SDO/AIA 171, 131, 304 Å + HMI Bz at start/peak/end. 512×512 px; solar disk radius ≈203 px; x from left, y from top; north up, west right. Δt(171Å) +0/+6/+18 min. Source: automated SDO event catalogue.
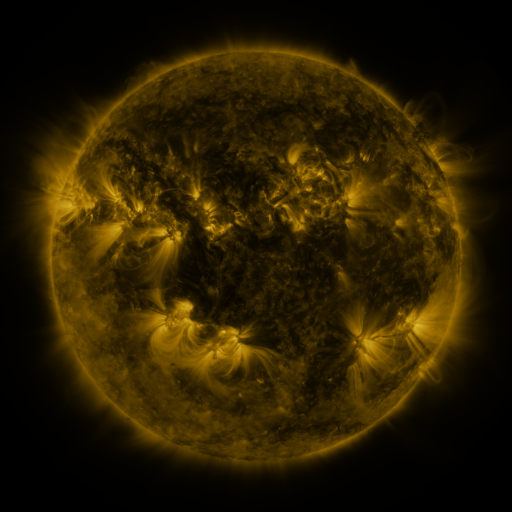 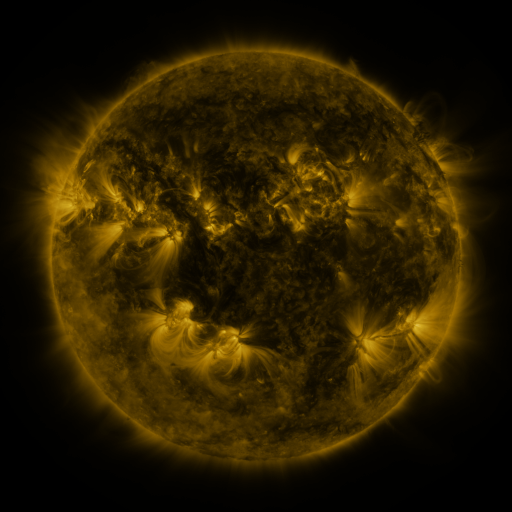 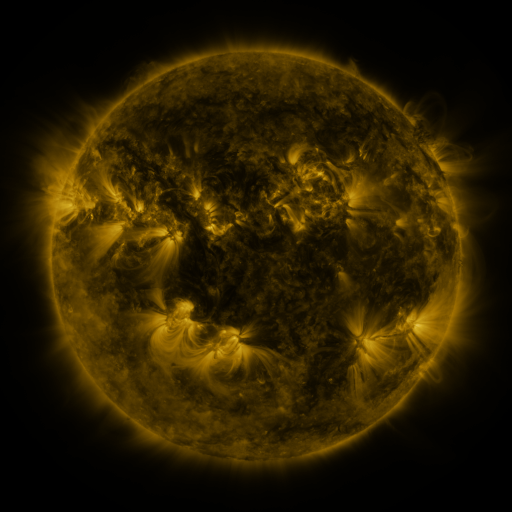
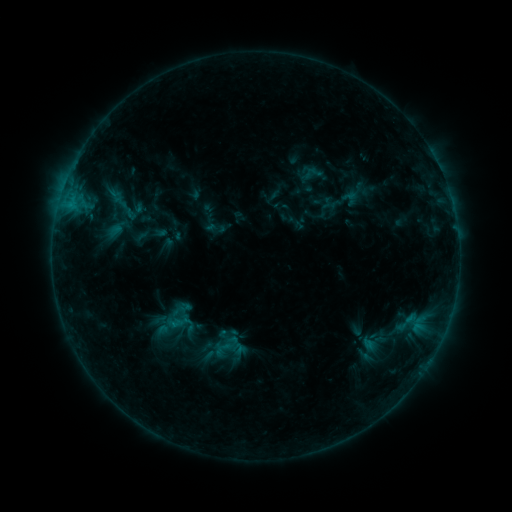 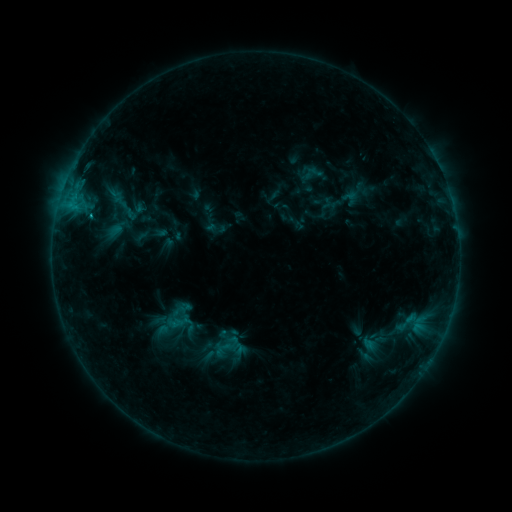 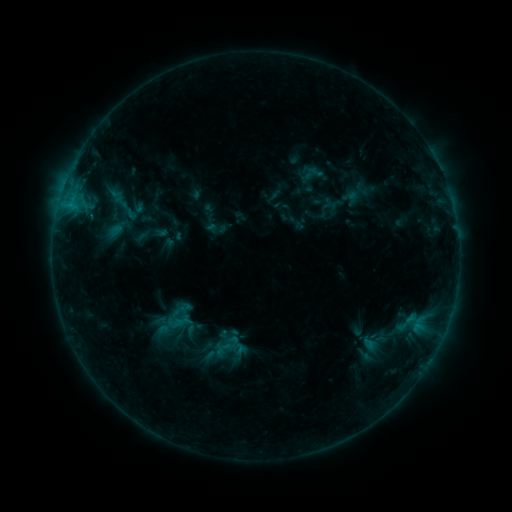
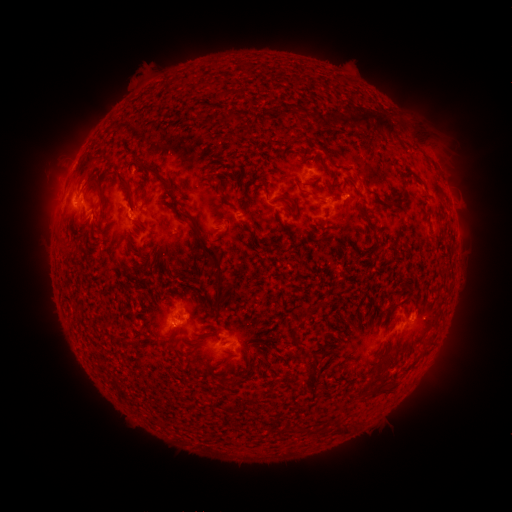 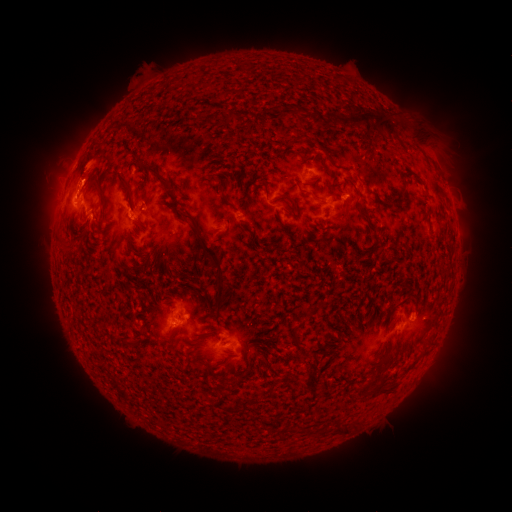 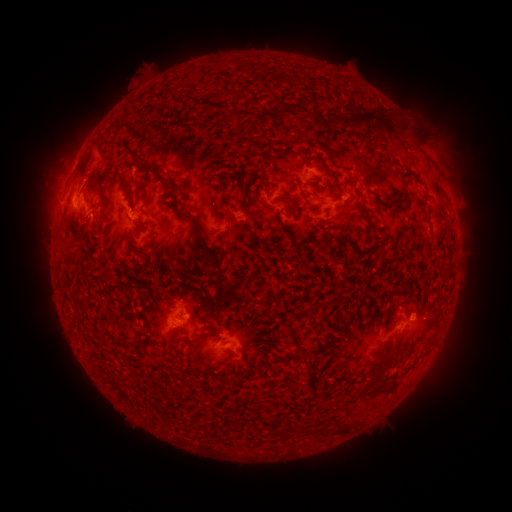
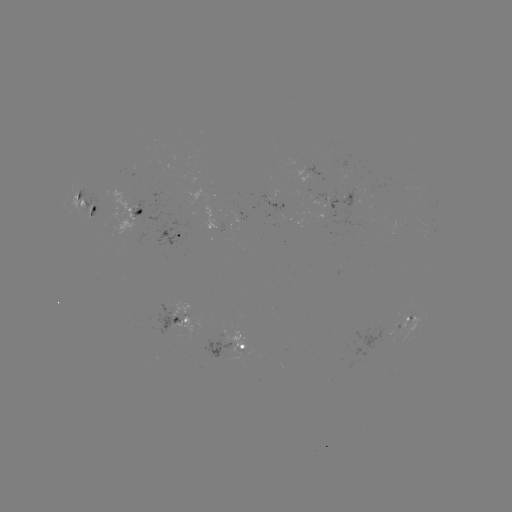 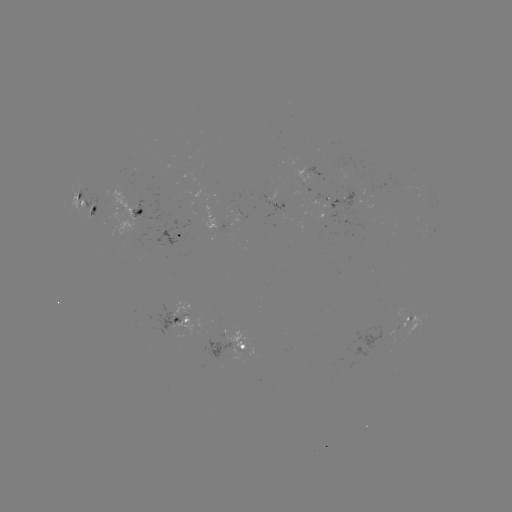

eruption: [60, 133, 118, 195]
